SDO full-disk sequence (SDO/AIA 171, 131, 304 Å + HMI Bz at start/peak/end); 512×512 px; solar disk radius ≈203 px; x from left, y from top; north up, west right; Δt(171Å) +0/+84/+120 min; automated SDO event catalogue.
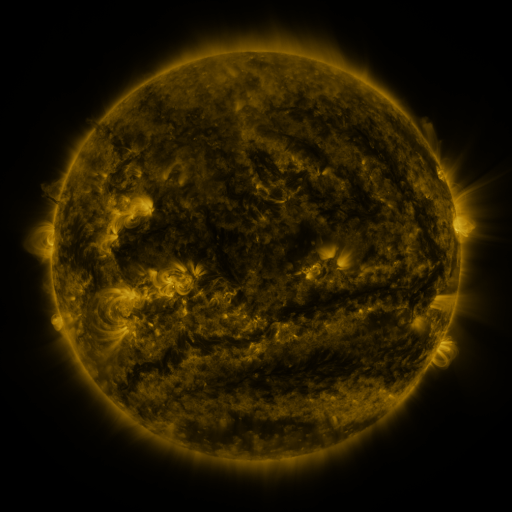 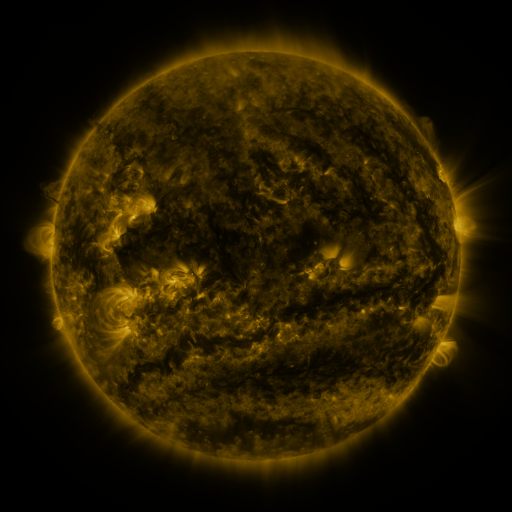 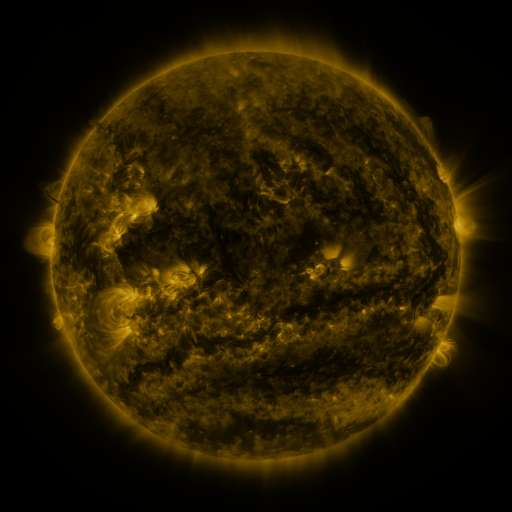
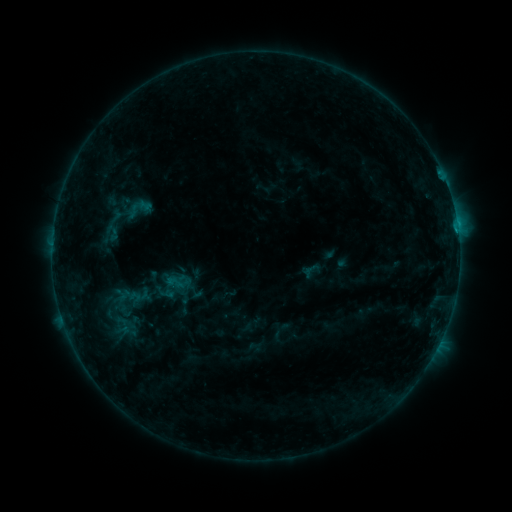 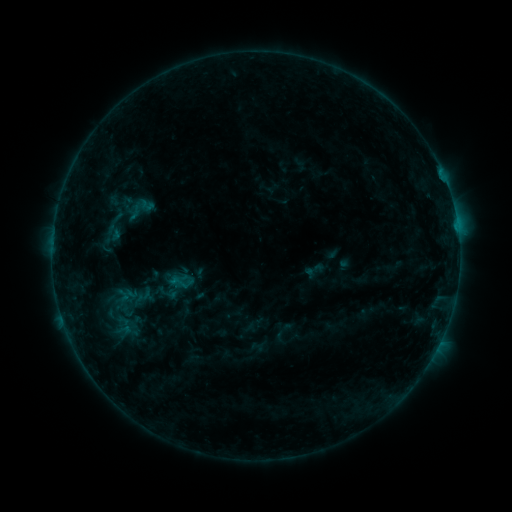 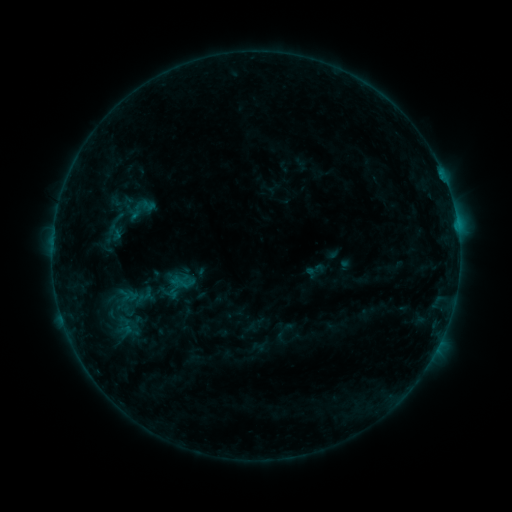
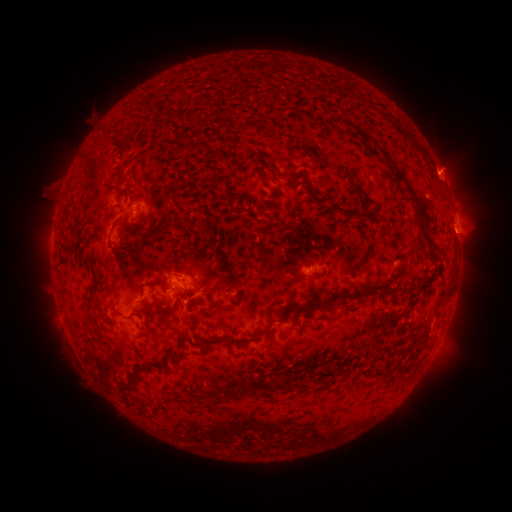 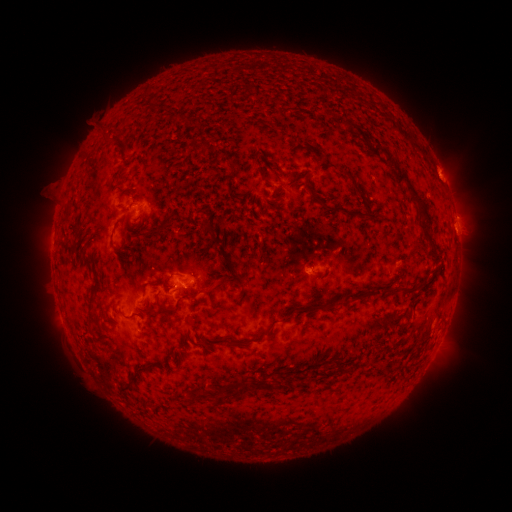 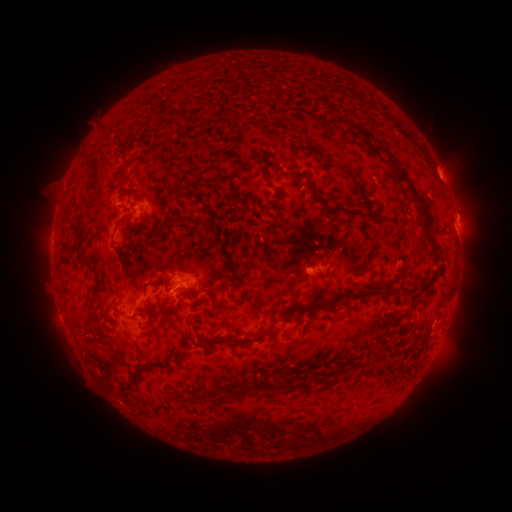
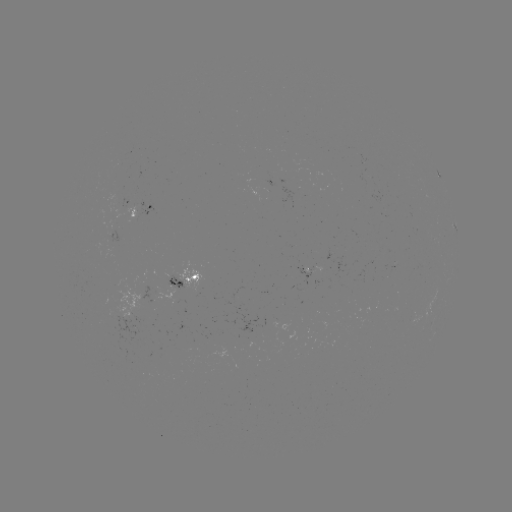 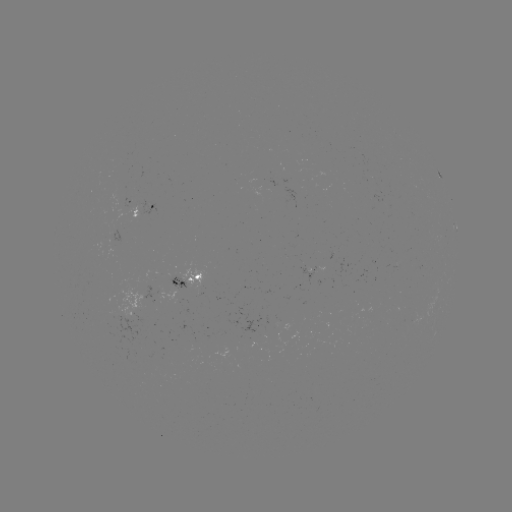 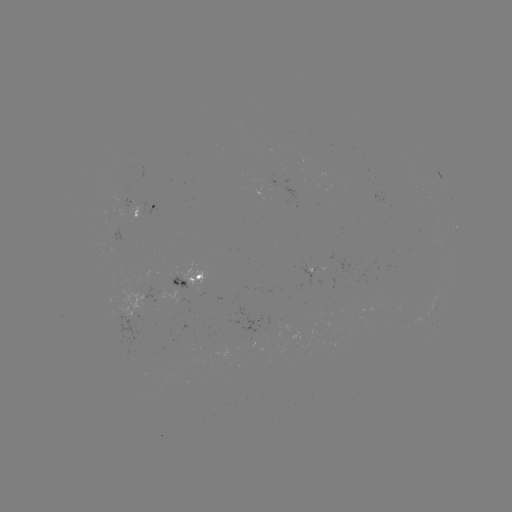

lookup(emerging-flux region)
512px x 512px (155, 298)